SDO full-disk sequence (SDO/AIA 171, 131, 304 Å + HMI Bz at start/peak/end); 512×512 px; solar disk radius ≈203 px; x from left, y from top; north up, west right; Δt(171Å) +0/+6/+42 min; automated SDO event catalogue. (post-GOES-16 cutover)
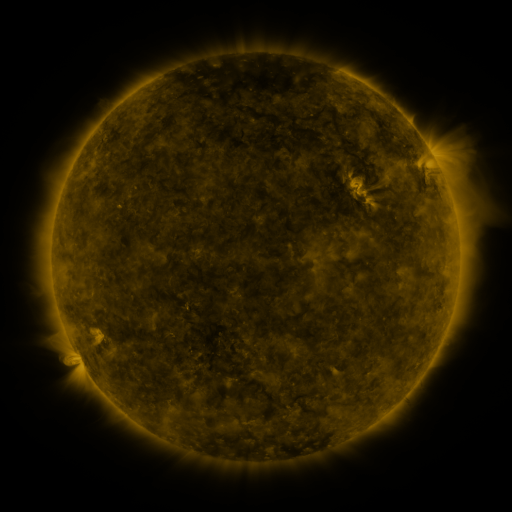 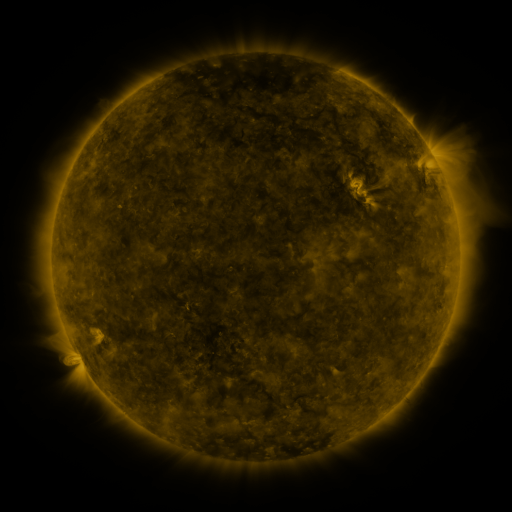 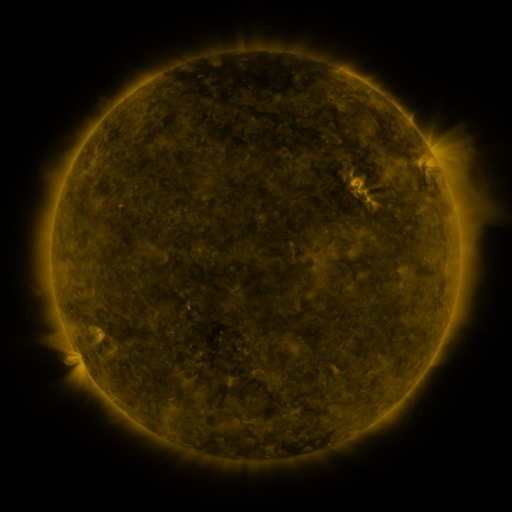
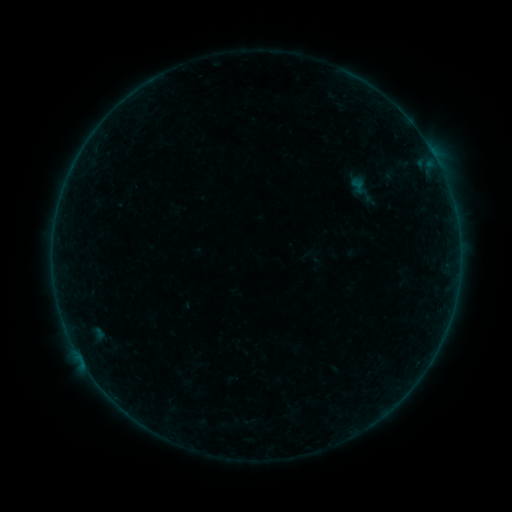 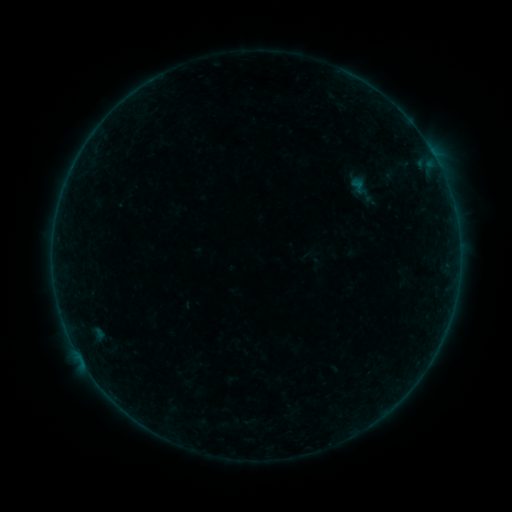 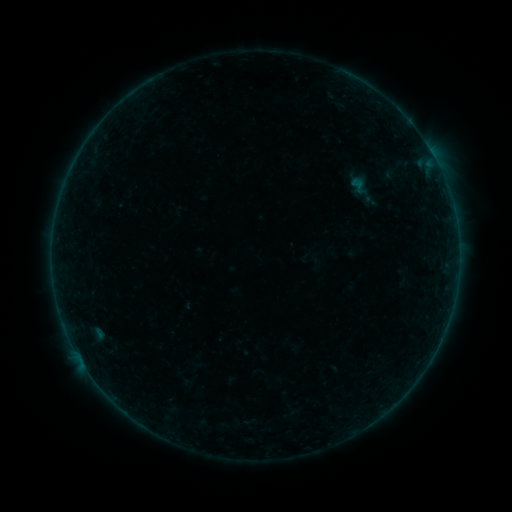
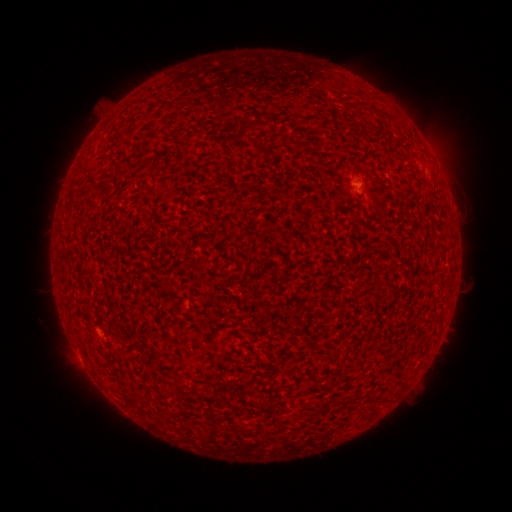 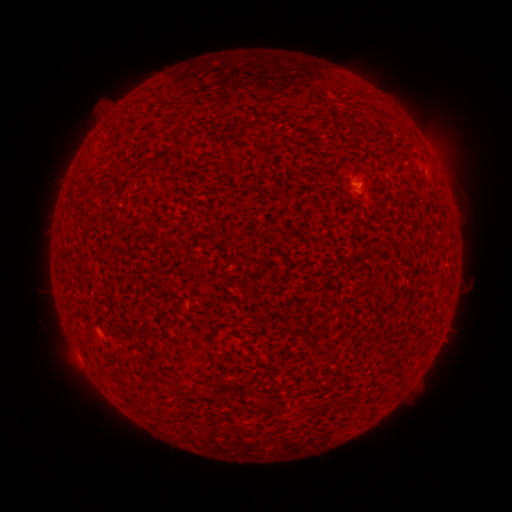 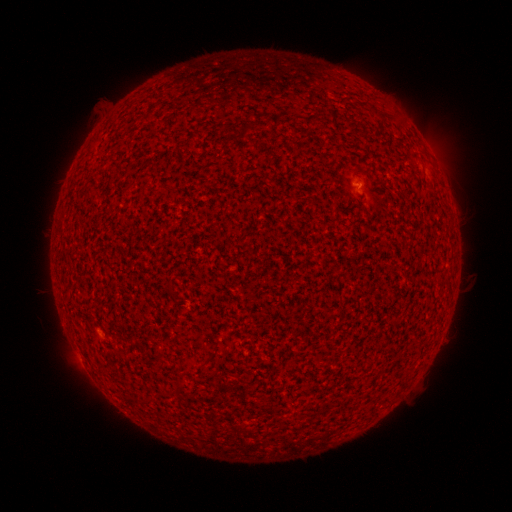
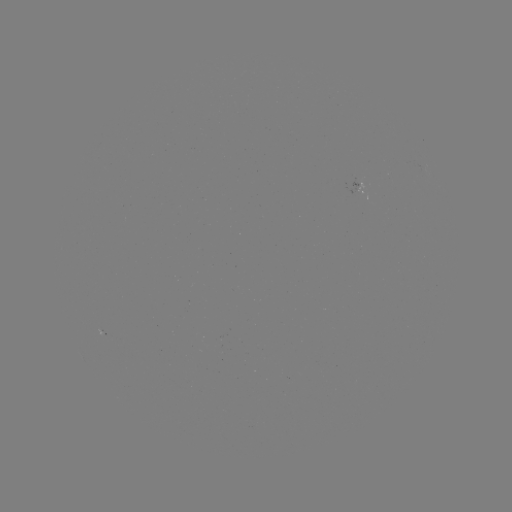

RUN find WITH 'A5.8 flare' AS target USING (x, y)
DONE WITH (358, 184) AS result